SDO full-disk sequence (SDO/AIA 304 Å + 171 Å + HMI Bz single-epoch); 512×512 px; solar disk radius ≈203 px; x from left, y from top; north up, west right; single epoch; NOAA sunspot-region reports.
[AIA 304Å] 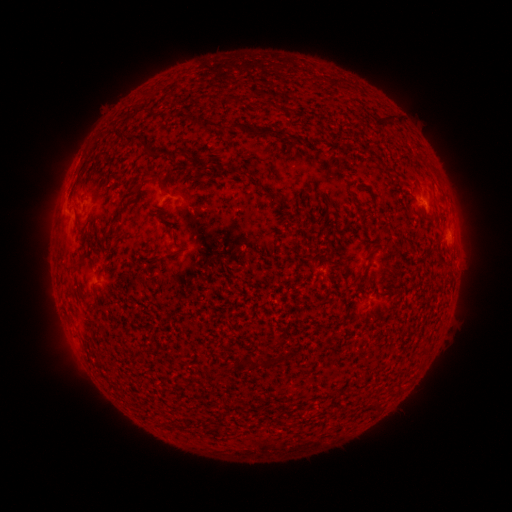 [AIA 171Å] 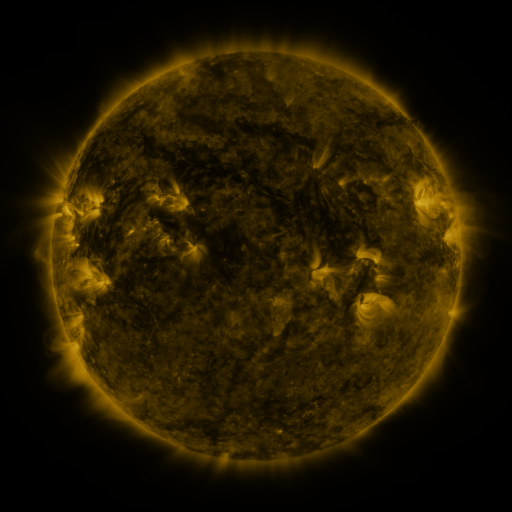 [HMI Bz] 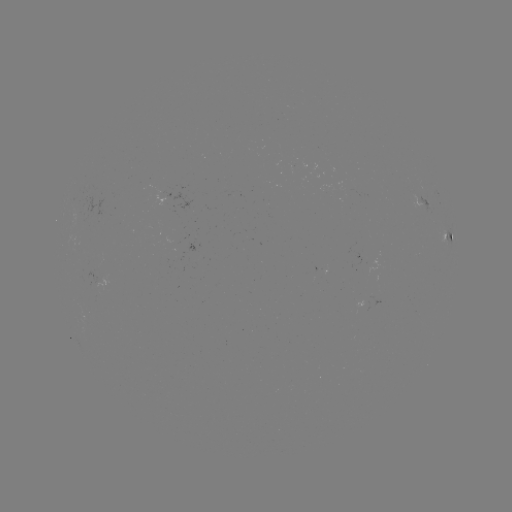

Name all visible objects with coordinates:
spotted active region: (422, 202)
spotted active region: (447, 241)
